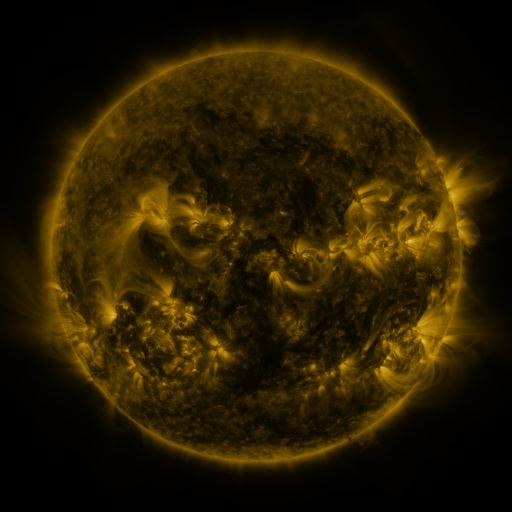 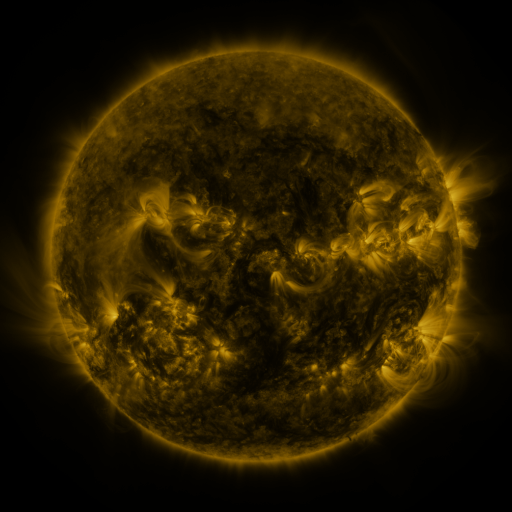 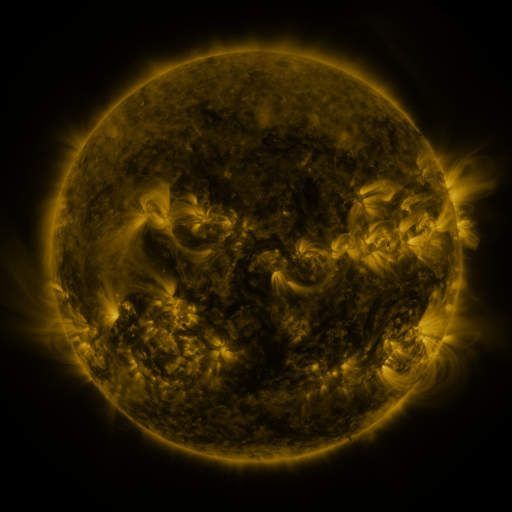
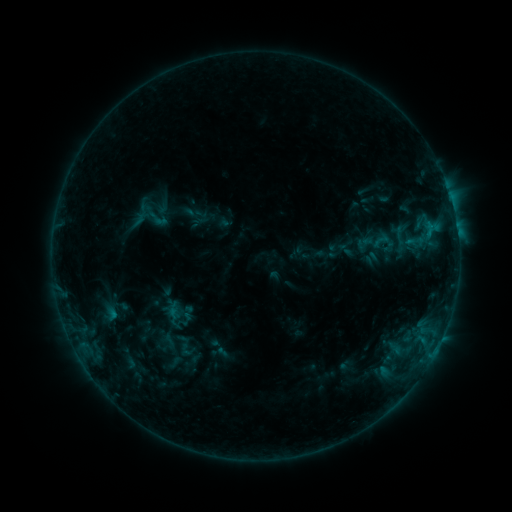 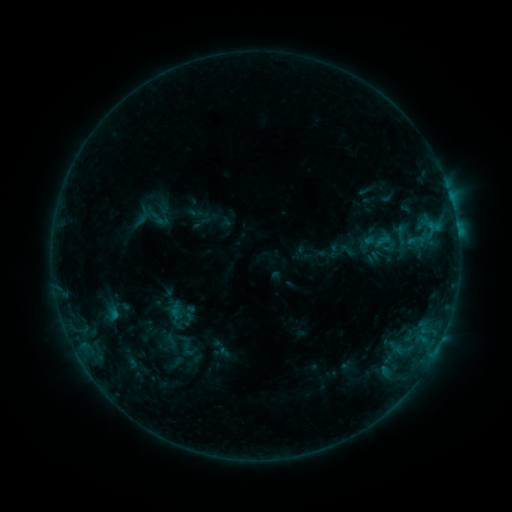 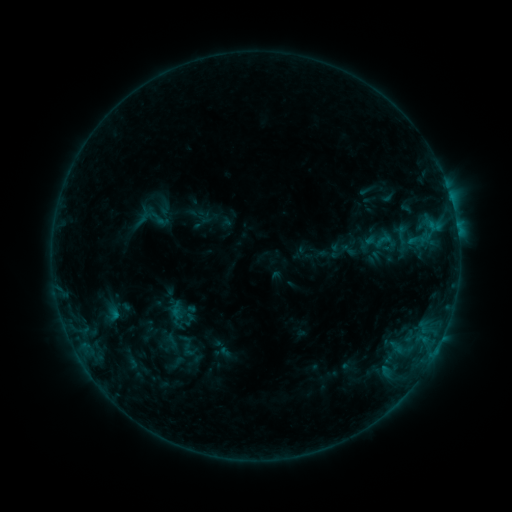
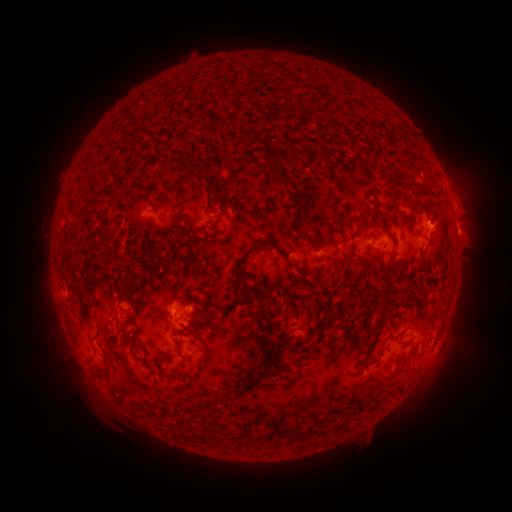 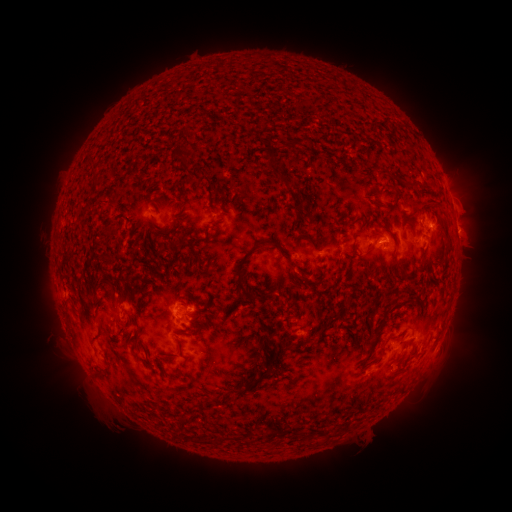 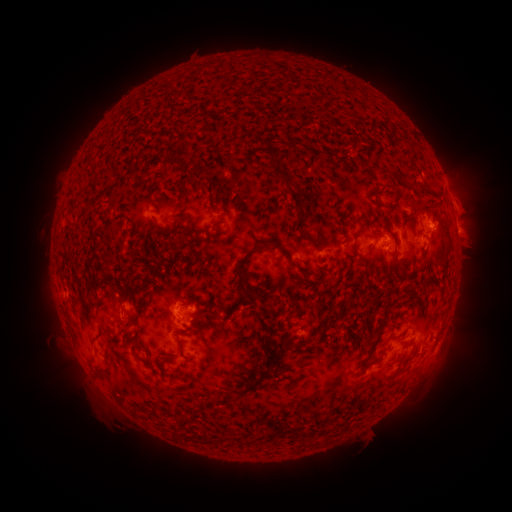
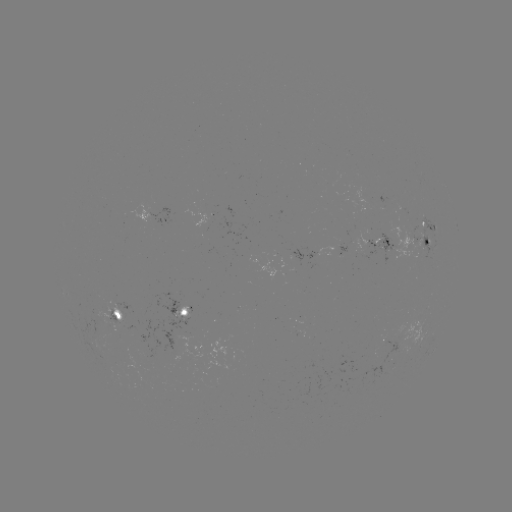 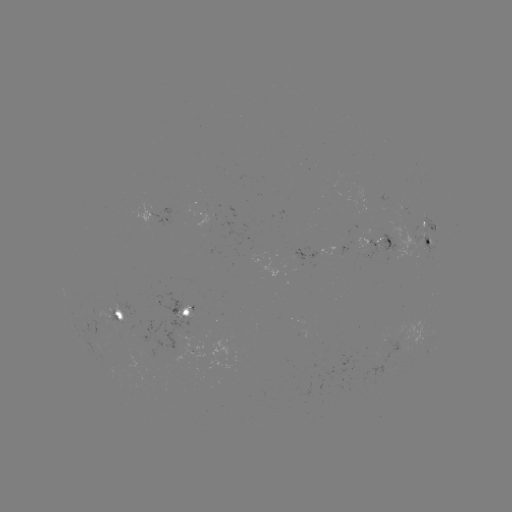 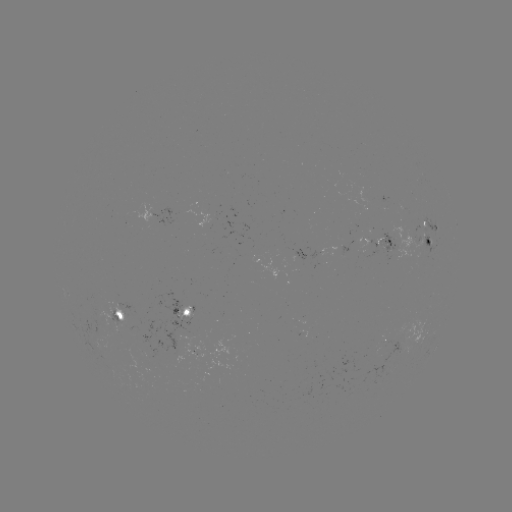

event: emerging-flux region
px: (389, 232)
